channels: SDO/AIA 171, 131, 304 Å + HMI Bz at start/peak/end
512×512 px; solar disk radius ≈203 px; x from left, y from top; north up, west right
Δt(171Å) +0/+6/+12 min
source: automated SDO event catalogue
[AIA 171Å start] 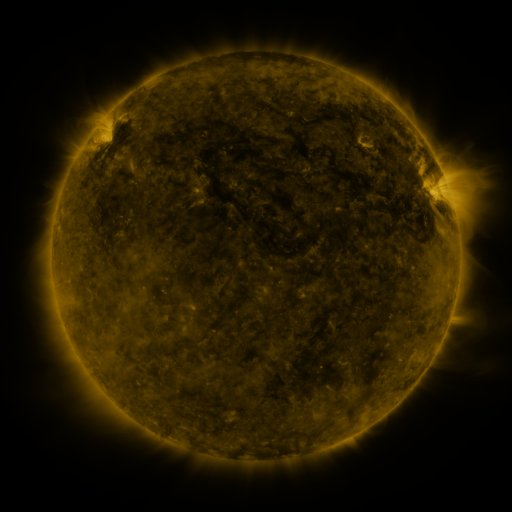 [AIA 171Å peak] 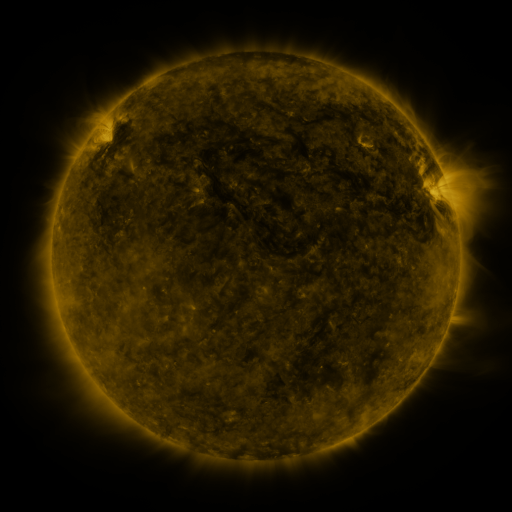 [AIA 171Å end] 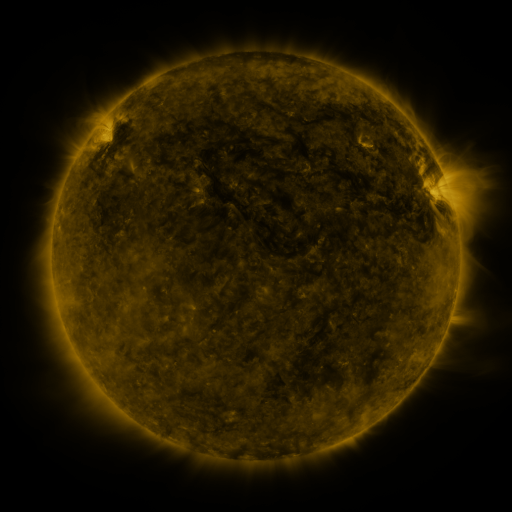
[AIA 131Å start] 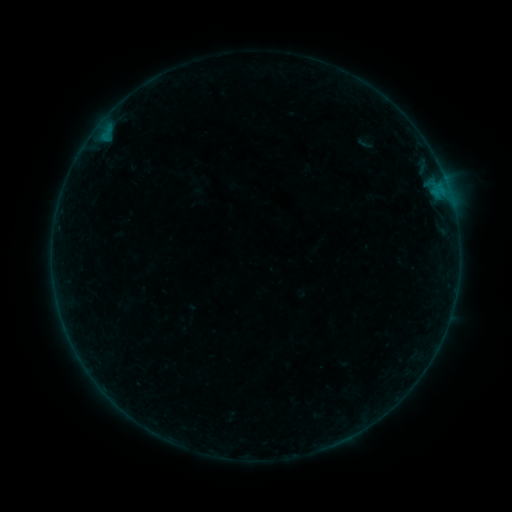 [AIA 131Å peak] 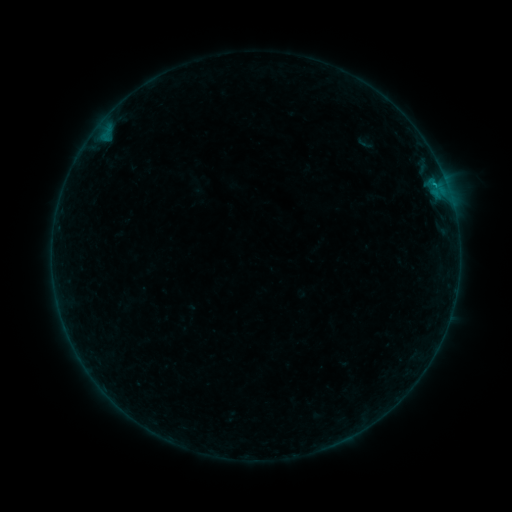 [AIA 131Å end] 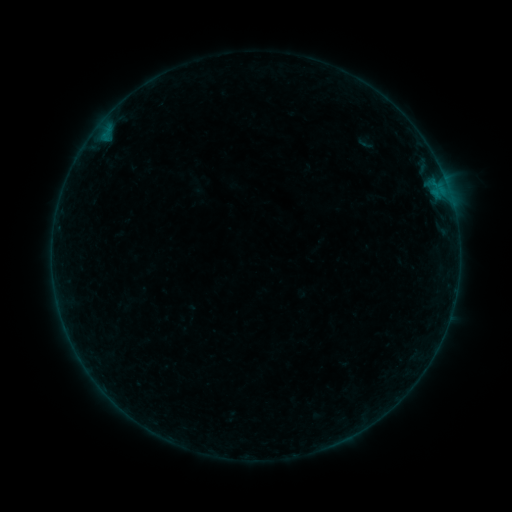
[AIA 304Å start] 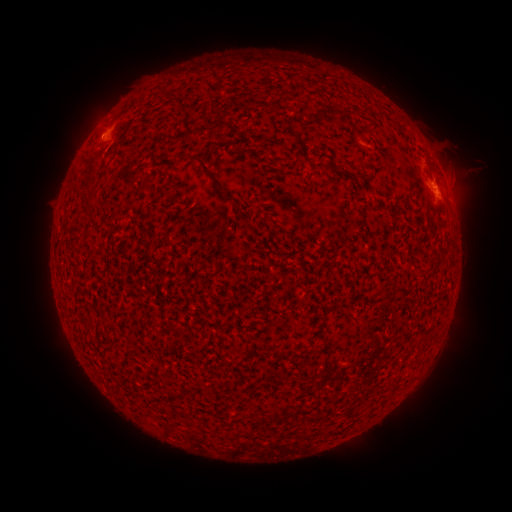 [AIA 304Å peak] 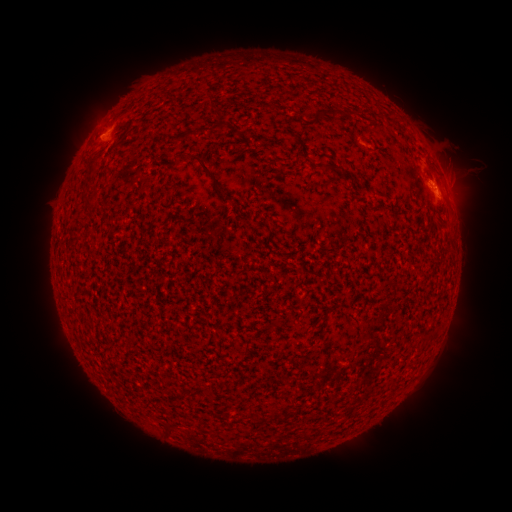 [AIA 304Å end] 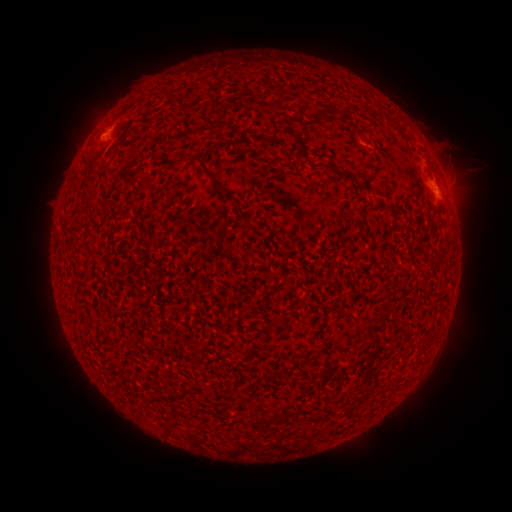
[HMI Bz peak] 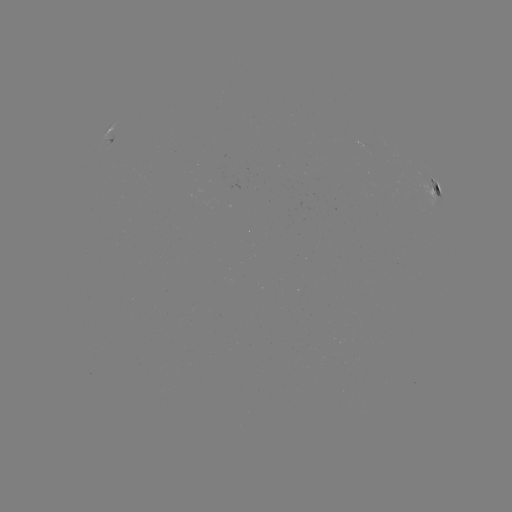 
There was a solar flare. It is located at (432, 185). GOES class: B2.8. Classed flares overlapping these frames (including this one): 1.